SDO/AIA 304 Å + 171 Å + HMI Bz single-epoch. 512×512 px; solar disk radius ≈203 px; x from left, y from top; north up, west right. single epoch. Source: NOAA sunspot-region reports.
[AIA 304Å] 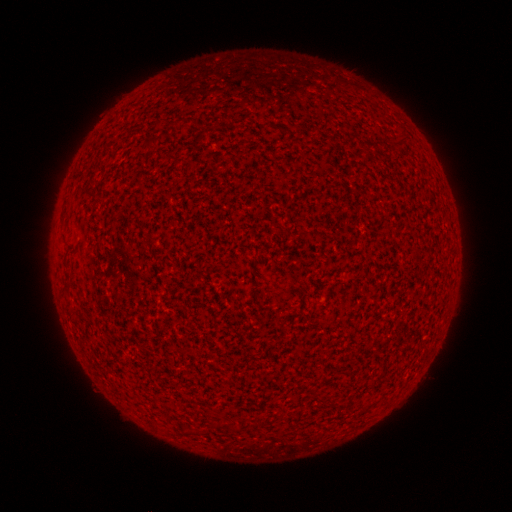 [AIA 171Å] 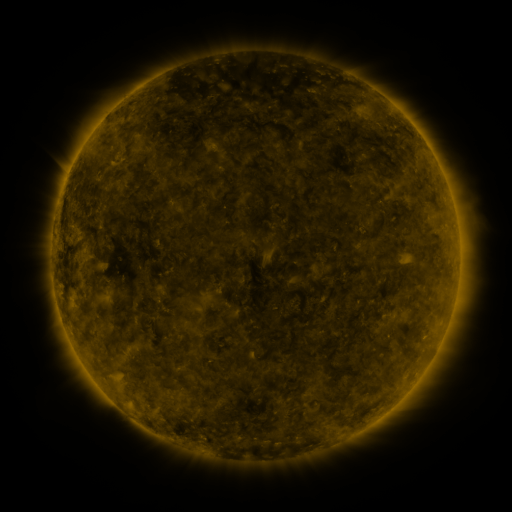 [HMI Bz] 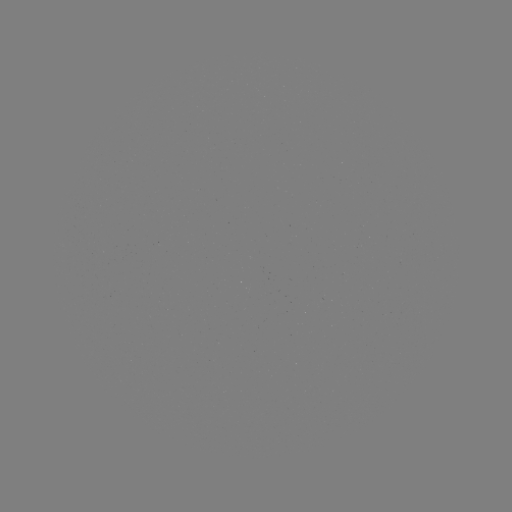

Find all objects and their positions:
(none)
